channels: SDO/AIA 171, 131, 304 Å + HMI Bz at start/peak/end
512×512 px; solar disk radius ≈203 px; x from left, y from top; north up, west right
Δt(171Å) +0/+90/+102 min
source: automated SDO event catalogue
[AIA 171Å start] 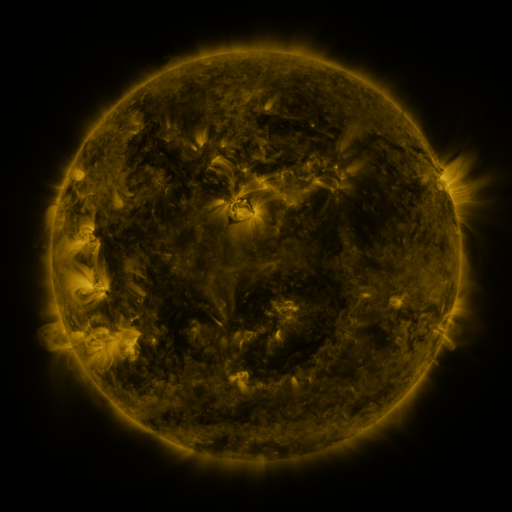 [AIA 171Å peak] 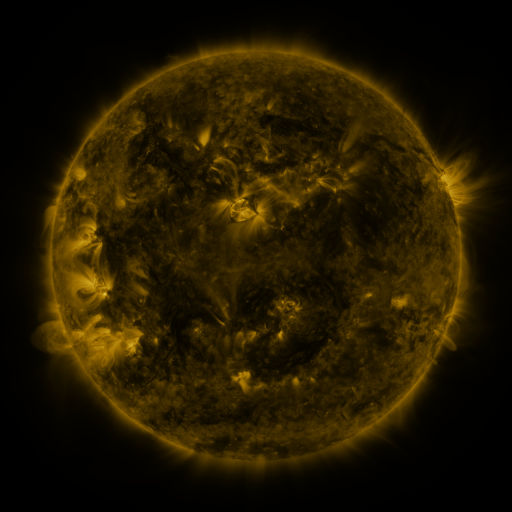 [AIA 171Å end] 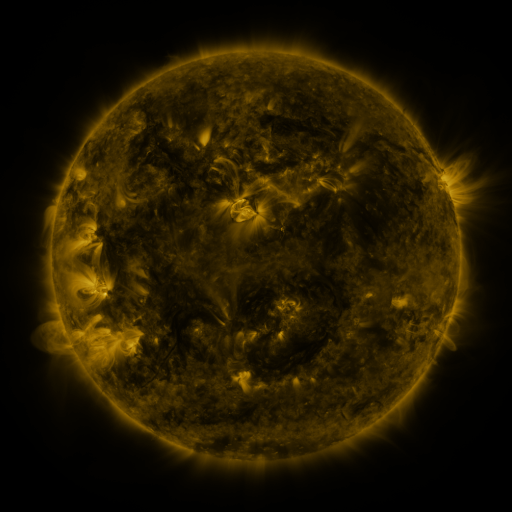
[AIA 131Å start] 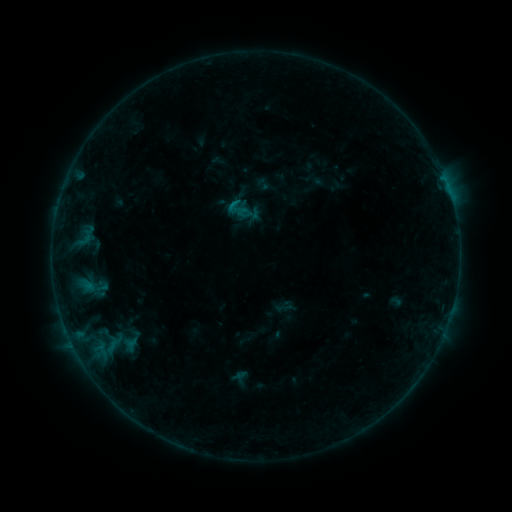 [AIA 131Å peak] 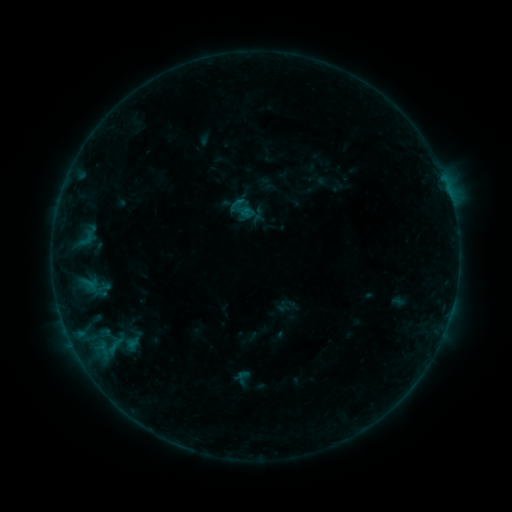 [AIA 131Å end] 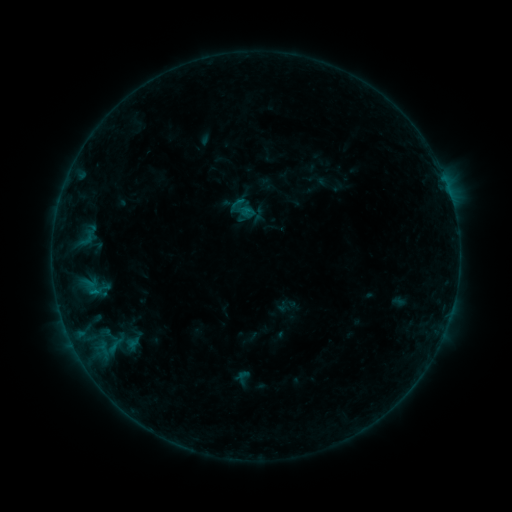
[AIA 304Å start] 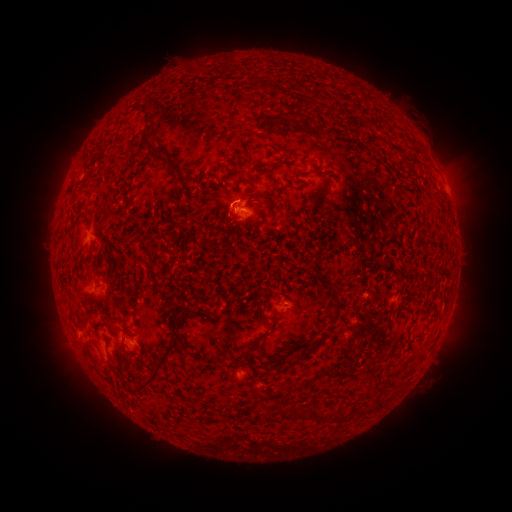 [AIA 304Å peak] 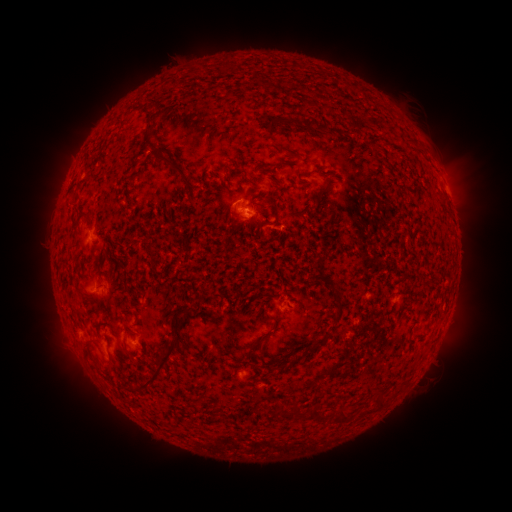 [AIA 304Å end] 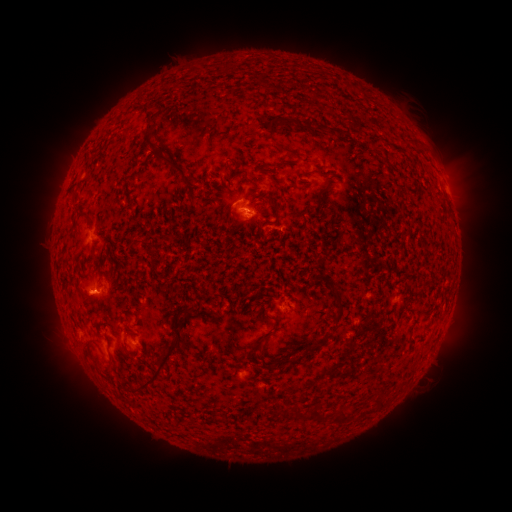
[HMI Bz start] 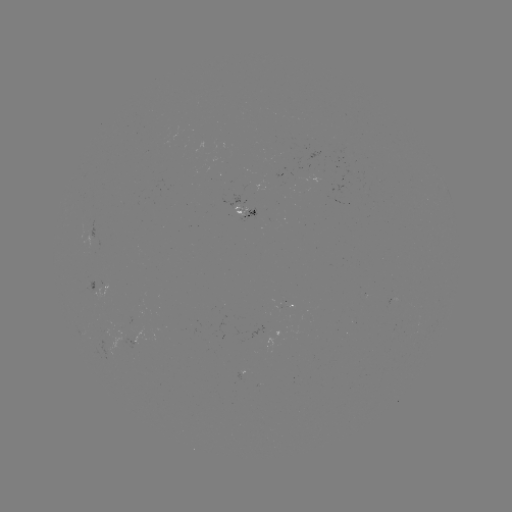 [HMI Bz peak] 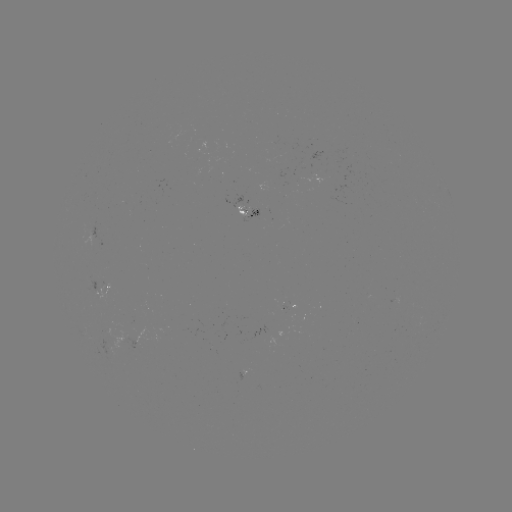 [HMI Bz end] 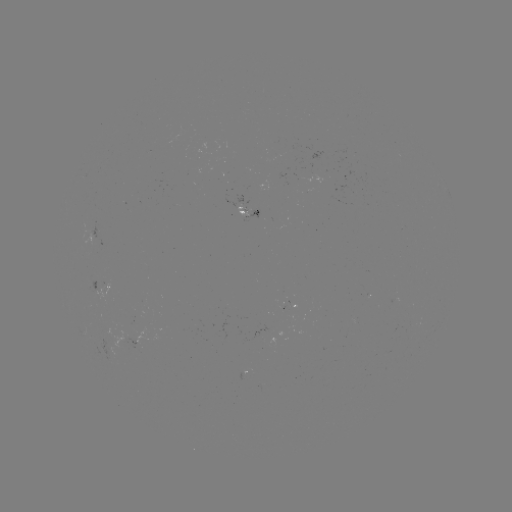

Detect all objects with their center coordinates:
emerging-flux region: (243, 215)
